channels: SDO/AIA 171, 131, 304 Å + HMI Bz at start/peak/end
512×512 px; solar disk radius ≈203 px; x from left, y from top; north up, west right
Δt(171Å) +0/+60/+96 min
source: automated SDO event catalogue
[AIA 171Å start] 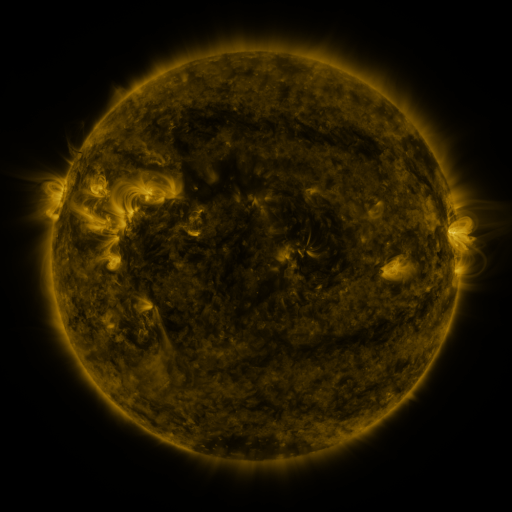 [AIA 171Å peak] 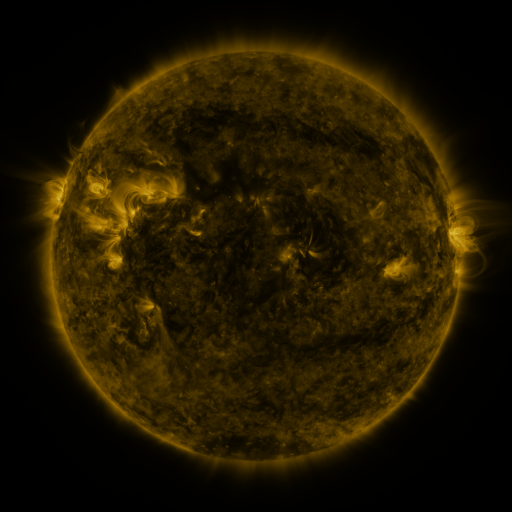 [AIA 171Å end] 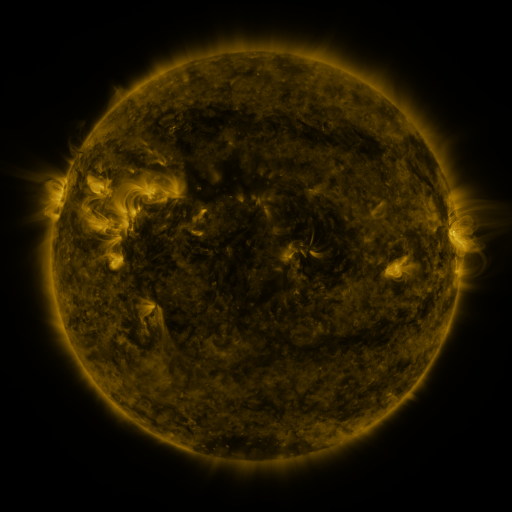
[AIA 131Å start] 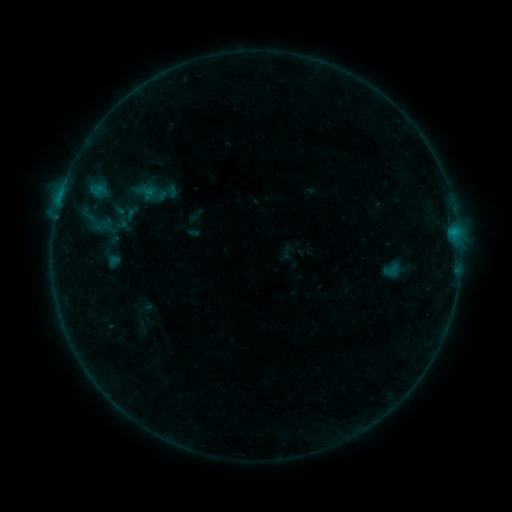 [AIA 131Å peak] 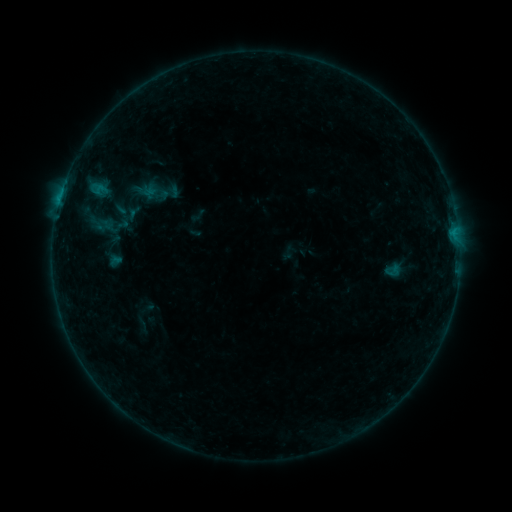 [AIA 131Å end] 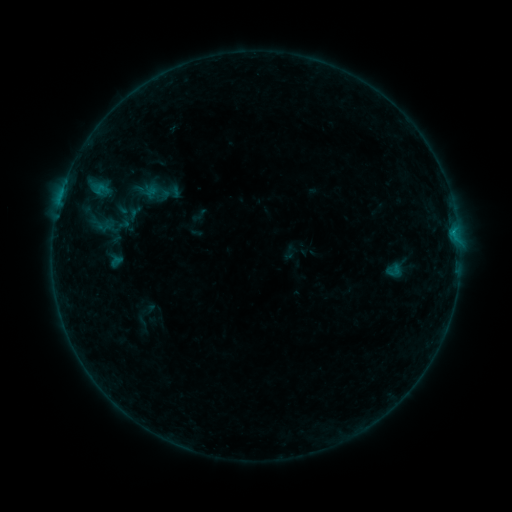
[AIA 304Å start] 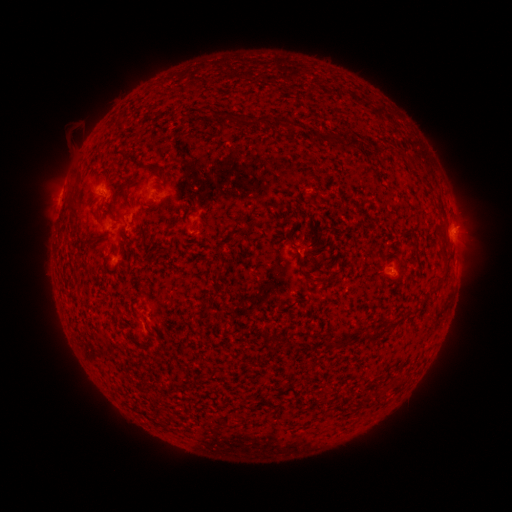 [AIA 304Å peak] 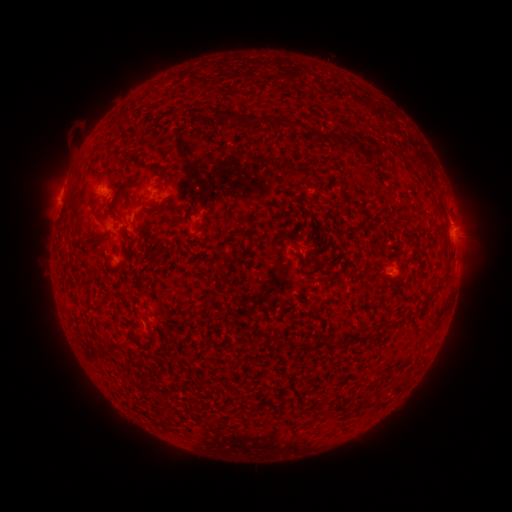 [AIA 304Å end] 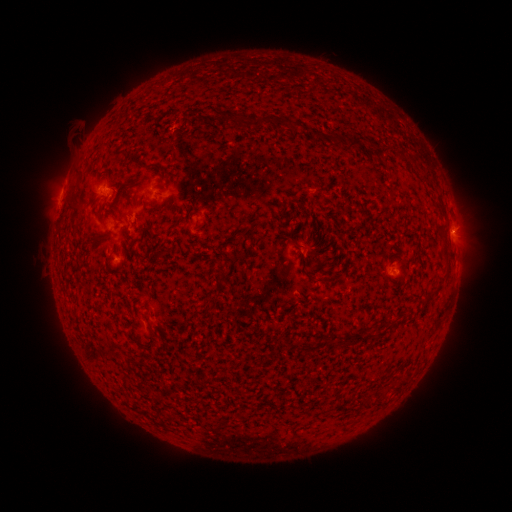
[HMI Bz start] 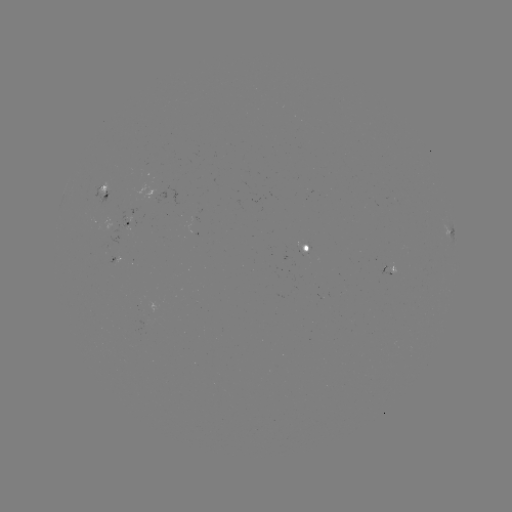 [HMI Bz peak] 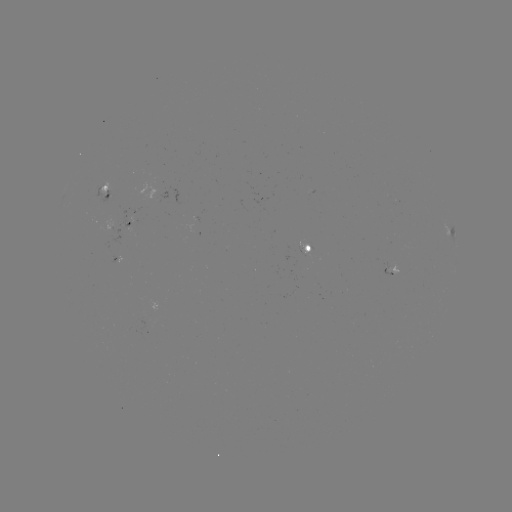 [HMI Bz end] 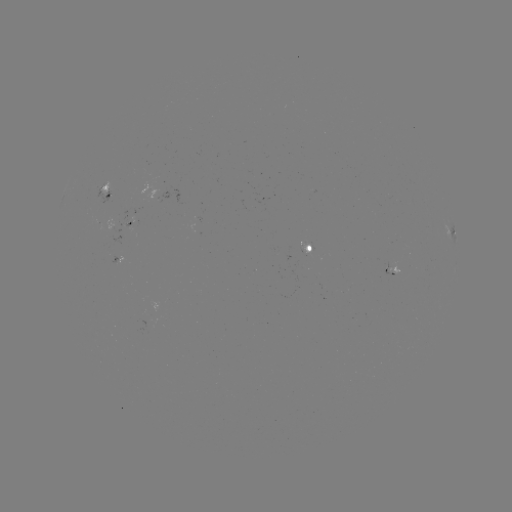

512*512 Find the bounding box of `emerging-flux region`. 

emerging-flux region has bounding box [151, 173, 177, 207].